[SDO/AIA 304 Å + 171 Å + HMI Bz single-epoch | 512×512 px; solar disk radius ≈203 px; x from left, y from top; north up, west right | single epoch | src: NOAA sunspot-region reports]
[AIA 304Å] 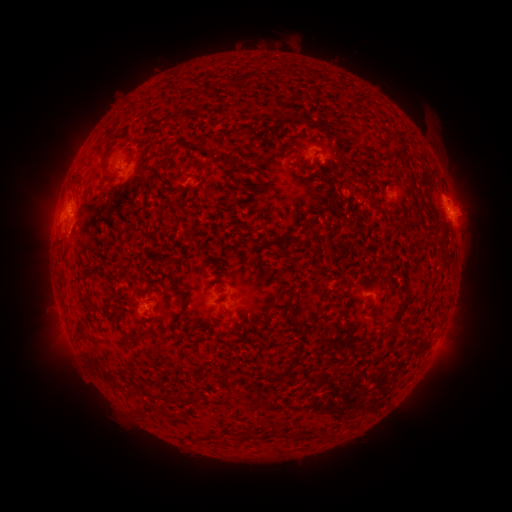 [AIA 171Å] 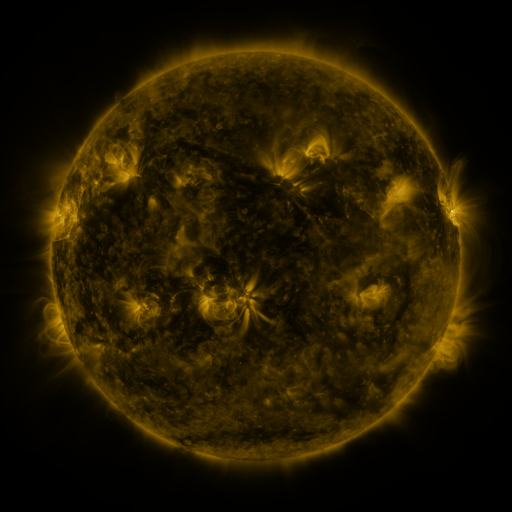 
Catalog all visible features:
spotted active region: (337, 159)
spotted active region: (140, 177)
spotted active region: (453, 209)
spotted active region: (79, 223)
spotted active region: (368, 295)
spotted active region: (147, 305)
